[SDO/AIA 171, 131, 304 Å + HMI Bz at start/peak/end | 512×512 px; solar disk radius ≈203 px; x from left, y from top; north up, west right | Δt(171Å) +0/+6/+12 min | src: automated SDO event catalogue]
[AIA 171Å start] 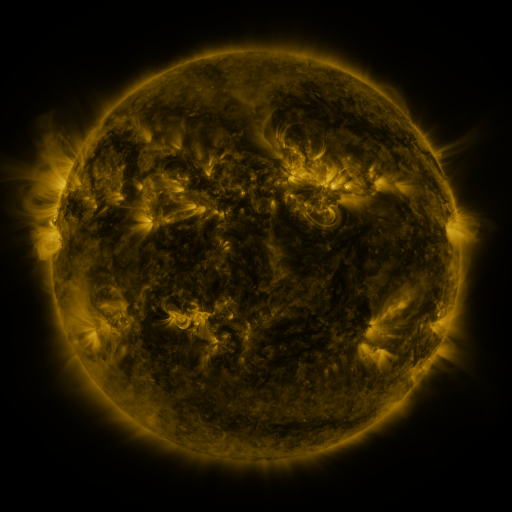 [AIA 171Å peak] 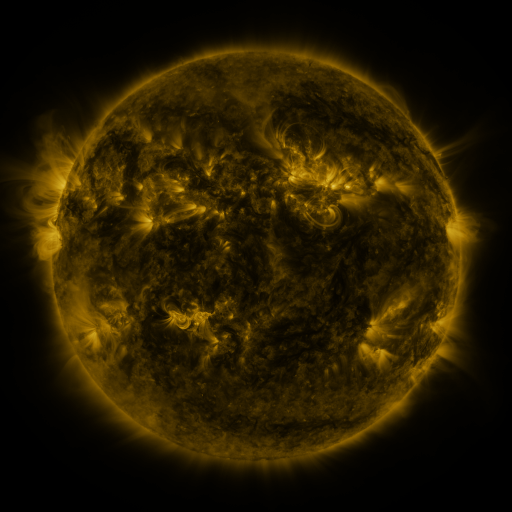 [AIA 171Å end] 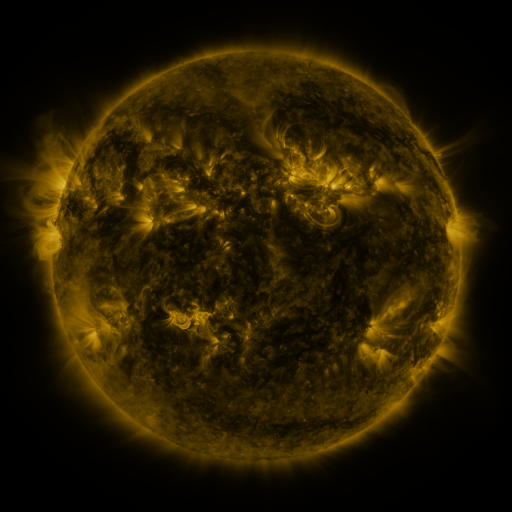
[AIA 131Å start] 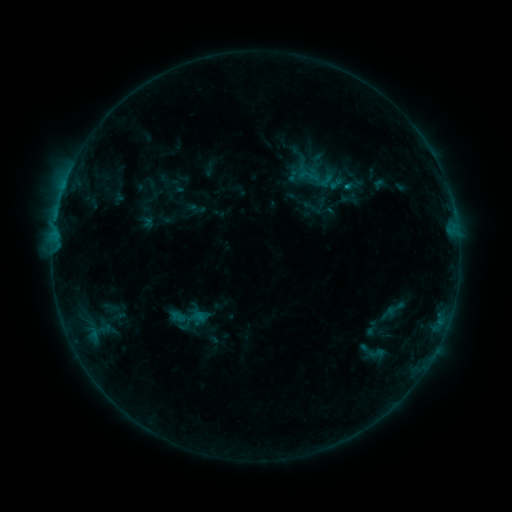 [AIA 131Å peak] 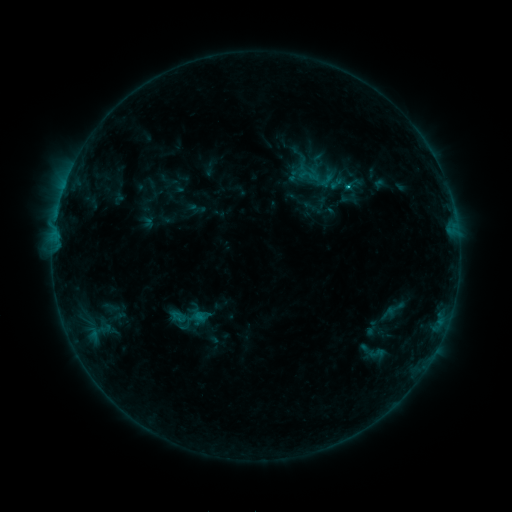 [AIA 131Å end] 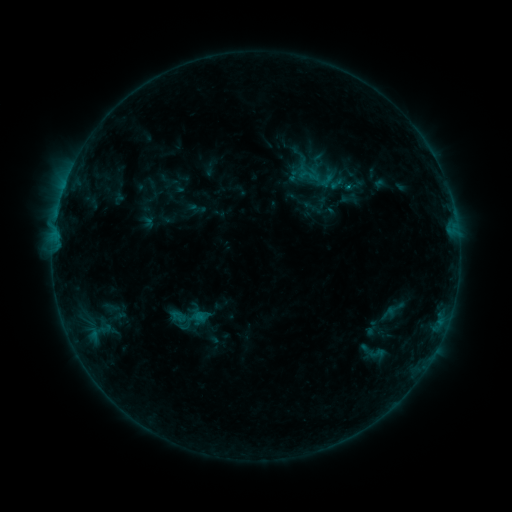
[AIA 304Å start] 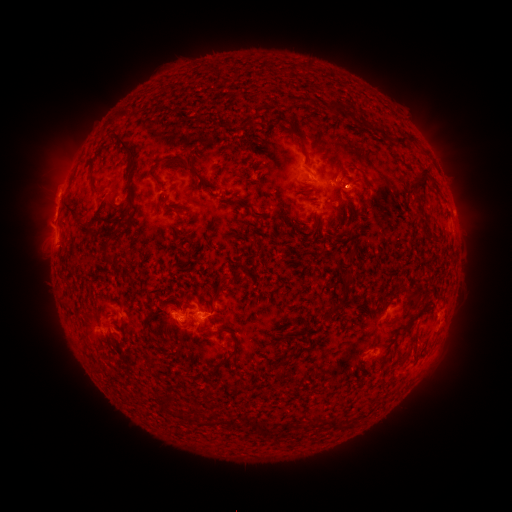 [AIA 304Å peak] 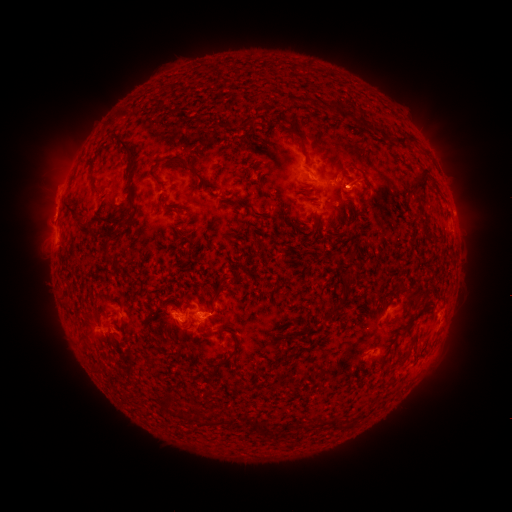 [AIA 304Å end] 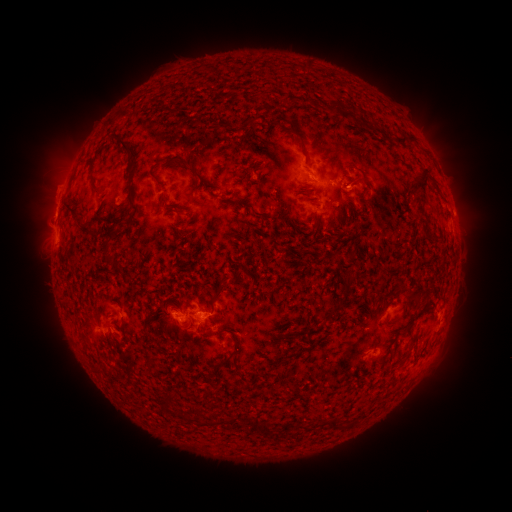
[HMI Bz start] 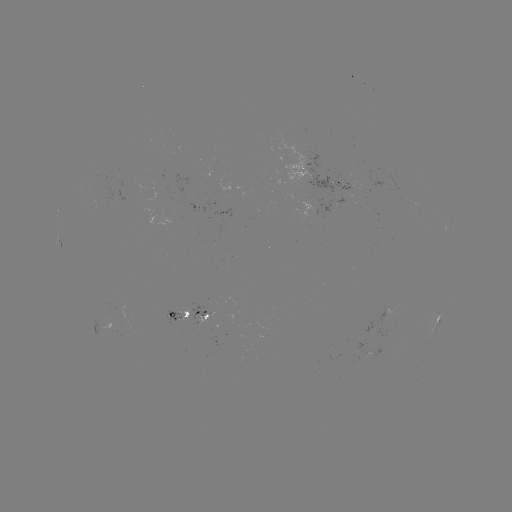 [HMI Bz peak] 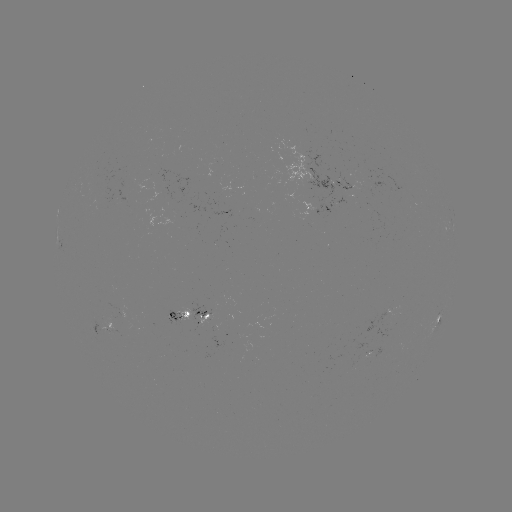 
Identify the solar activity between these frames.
B8.1 flare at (347, 188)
